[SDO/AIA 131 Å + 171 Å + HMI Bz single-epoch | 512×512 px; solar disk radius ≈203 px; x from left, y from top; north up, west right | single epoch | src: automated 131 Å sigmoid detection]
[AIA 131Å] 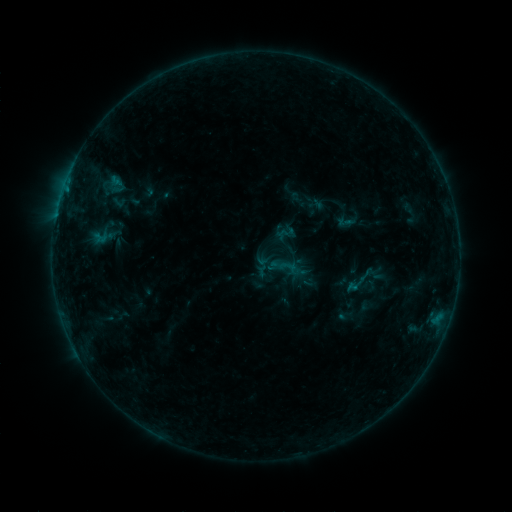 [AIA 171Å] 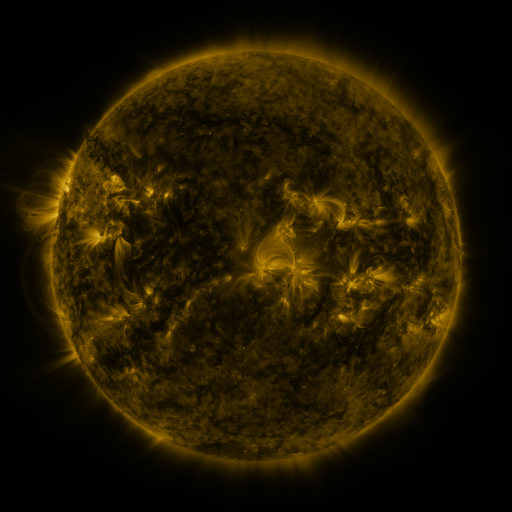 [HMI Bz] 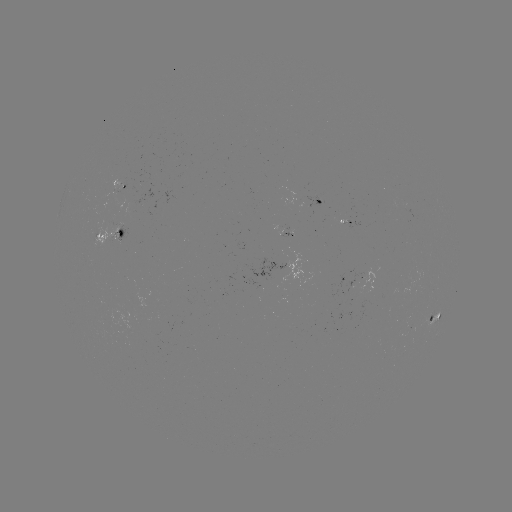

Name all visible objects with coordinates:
sigmoid: (118, 202)
sigmoid: (346, 222)
